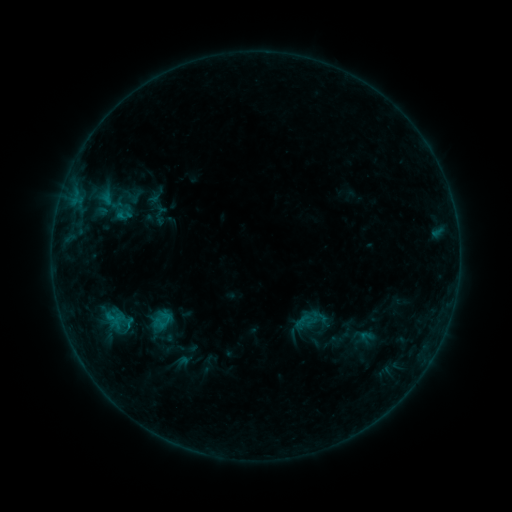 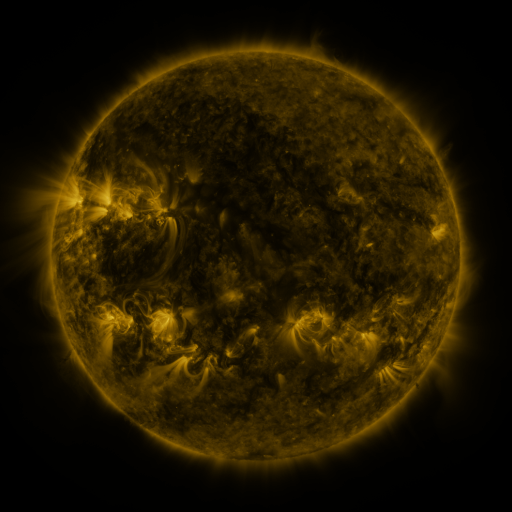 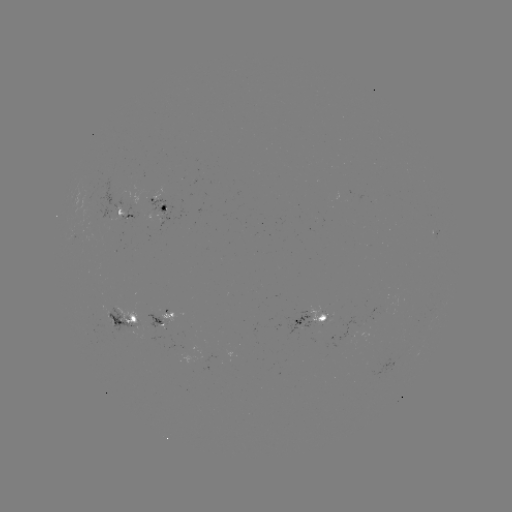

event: sigmoid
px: (161, 321)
